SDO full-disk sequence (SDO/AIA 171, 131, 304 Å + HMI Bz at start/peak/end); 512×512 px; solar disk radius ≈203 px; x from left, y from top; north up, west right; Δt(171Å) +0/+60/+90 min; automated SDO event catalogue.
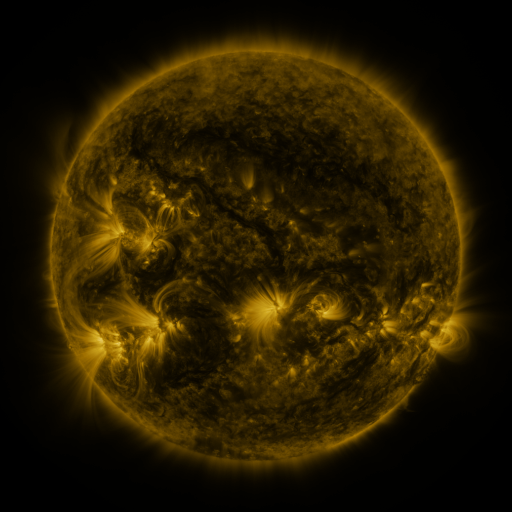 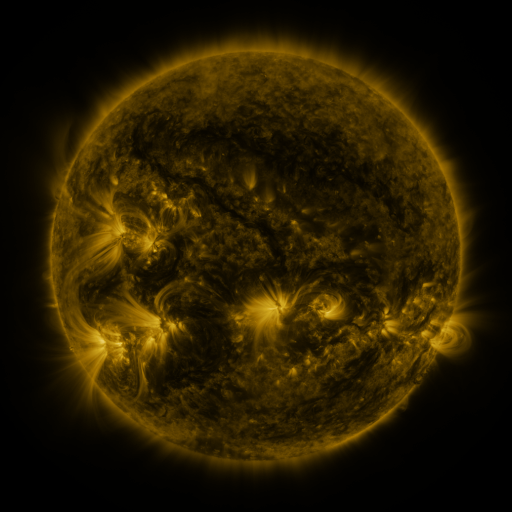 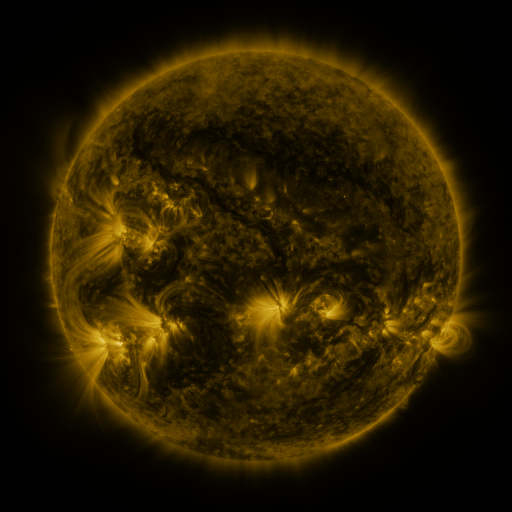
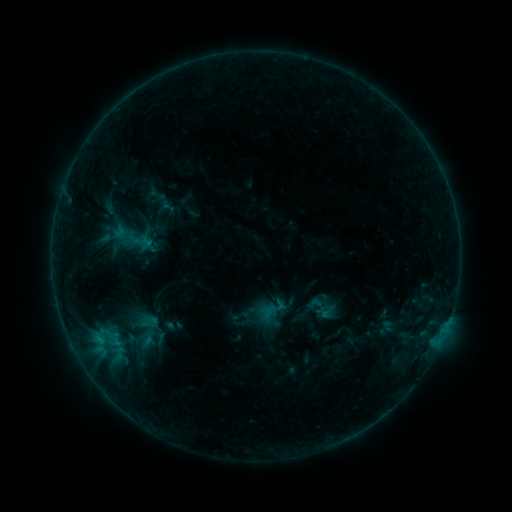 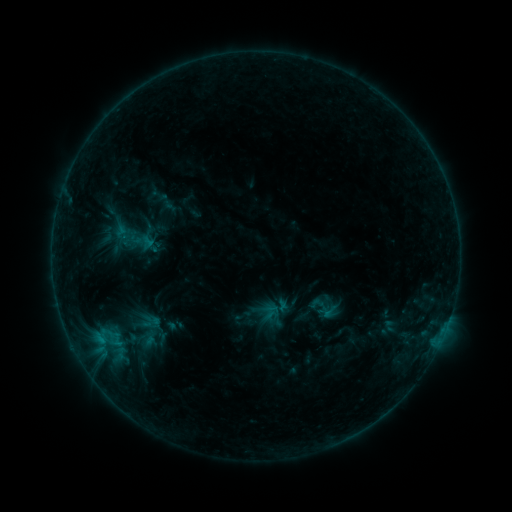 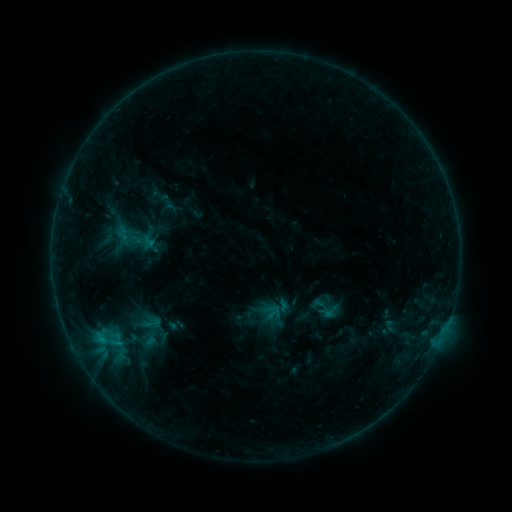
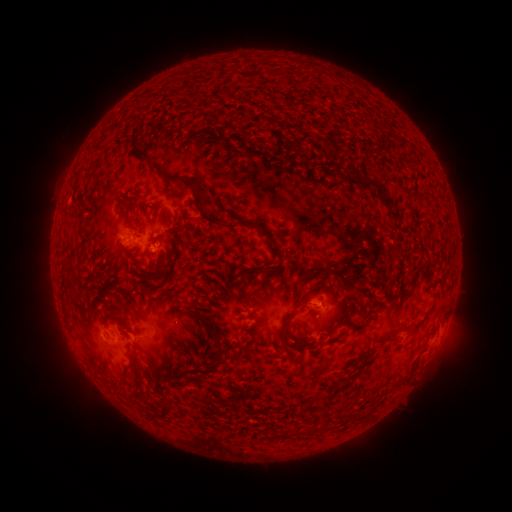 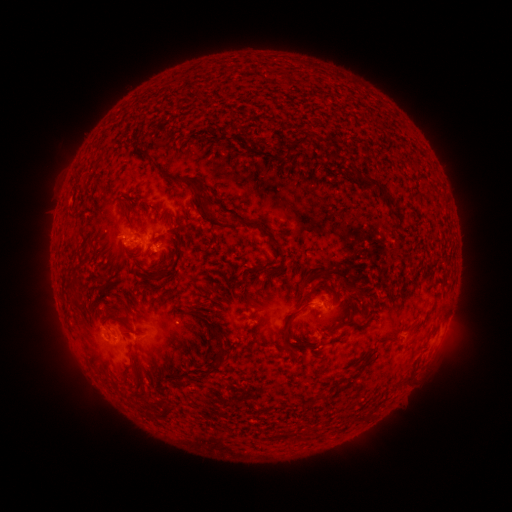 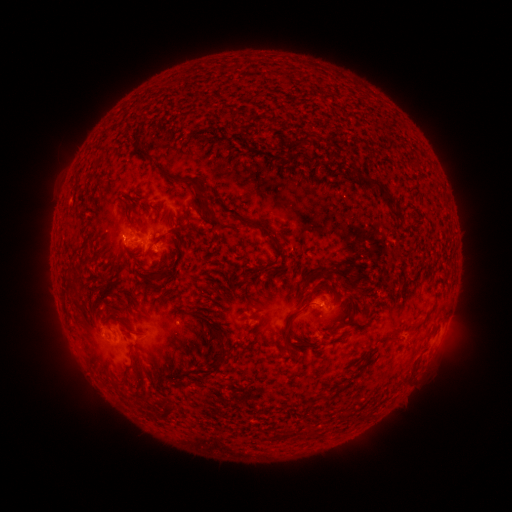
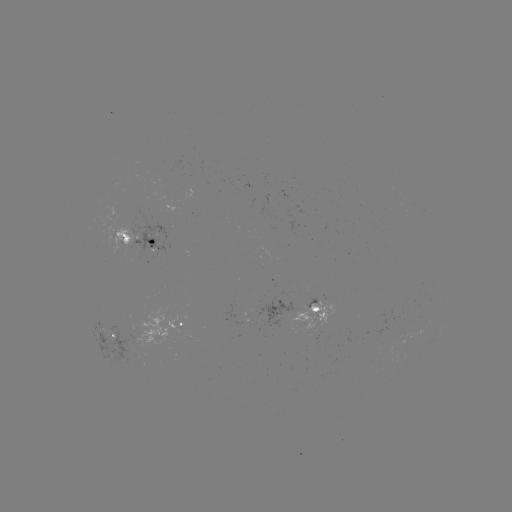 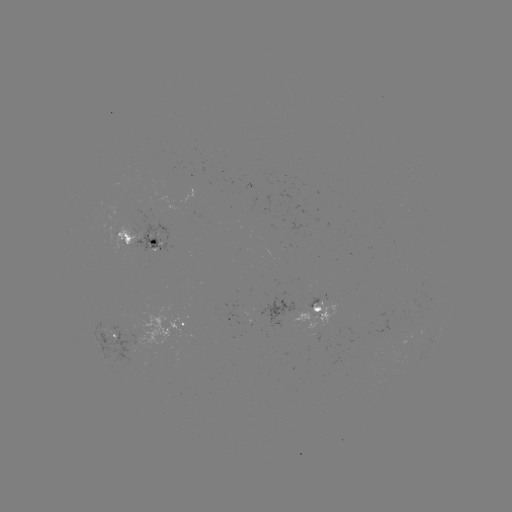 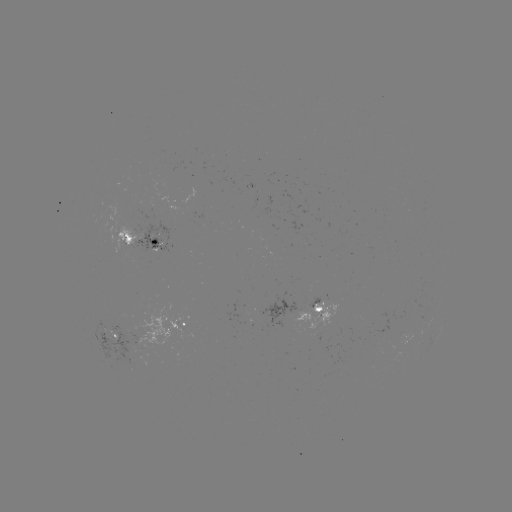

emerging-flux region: [396, 332, 412, 345]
